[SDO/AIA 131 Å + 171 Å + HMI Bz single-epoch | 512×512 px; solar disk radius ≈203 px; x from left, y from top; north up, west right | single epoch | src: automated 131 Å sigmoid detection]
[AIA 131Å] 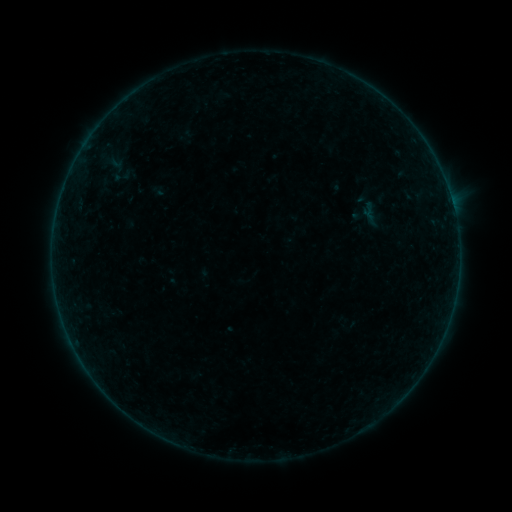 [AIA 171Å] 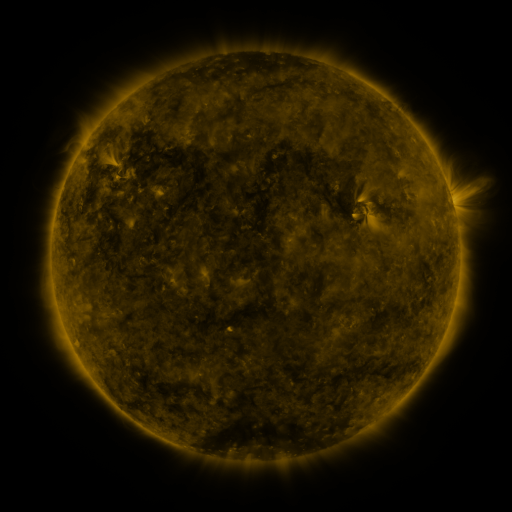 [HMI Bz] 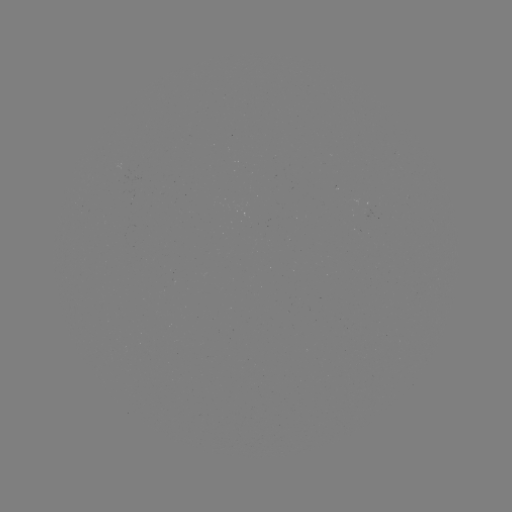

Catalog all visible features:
sigmoid: (358, 199, 378, 219)
